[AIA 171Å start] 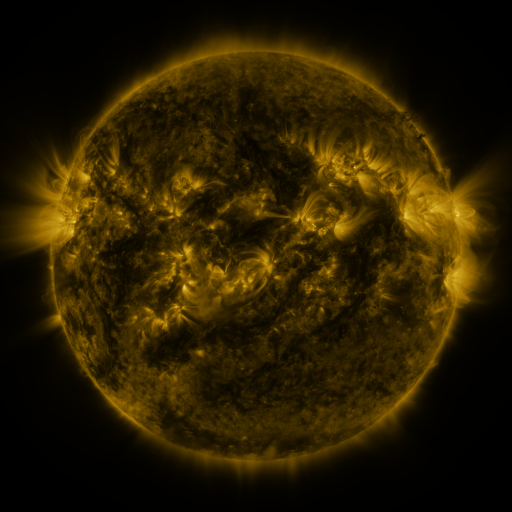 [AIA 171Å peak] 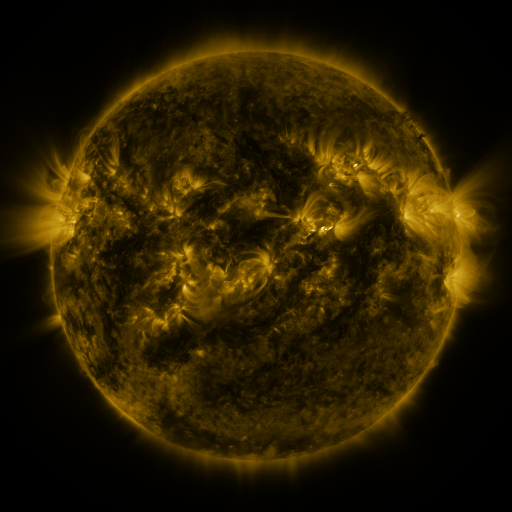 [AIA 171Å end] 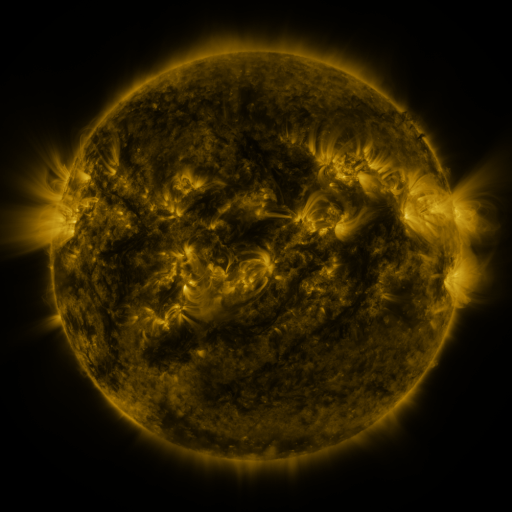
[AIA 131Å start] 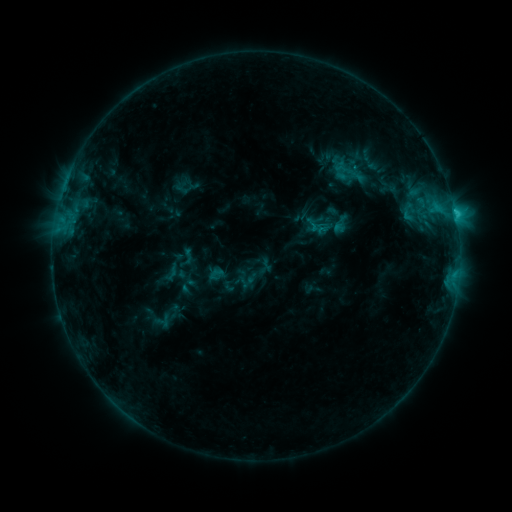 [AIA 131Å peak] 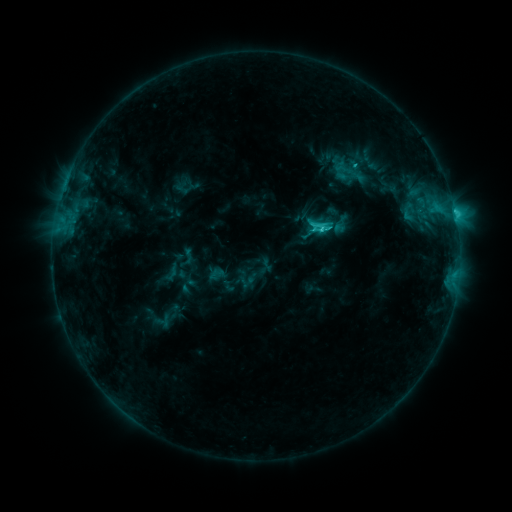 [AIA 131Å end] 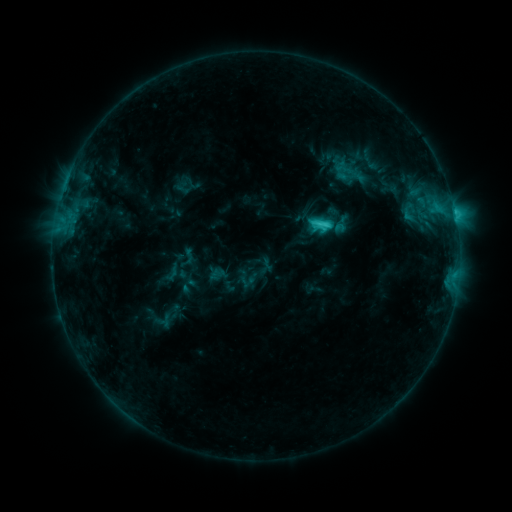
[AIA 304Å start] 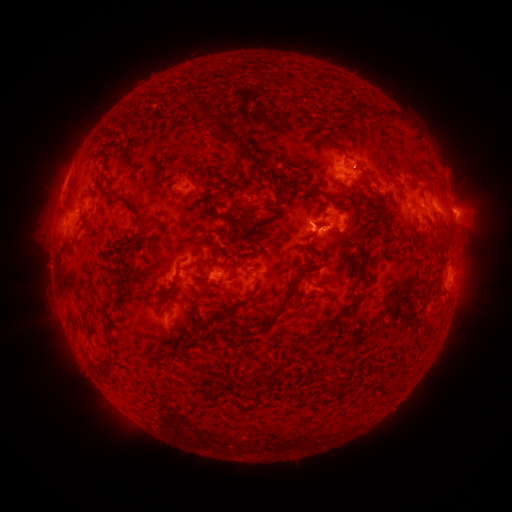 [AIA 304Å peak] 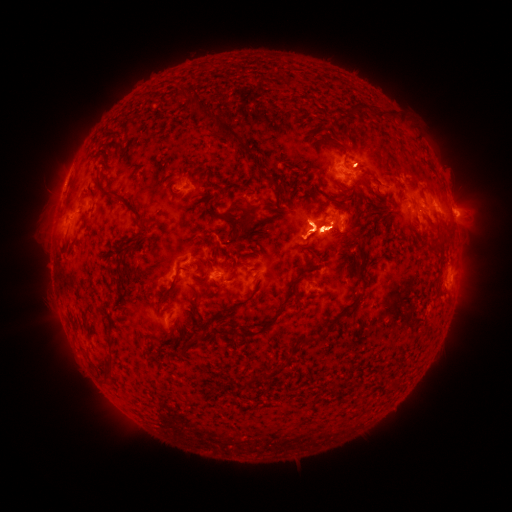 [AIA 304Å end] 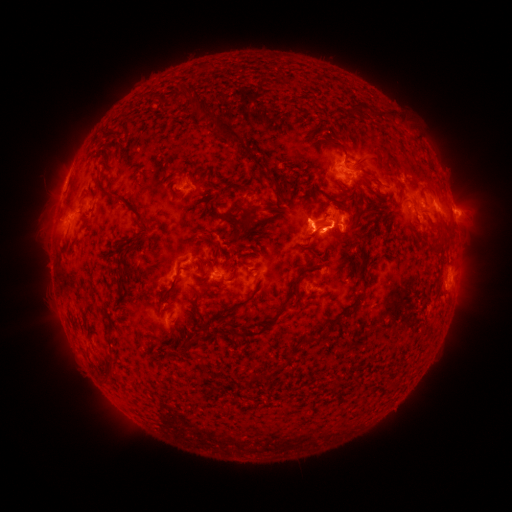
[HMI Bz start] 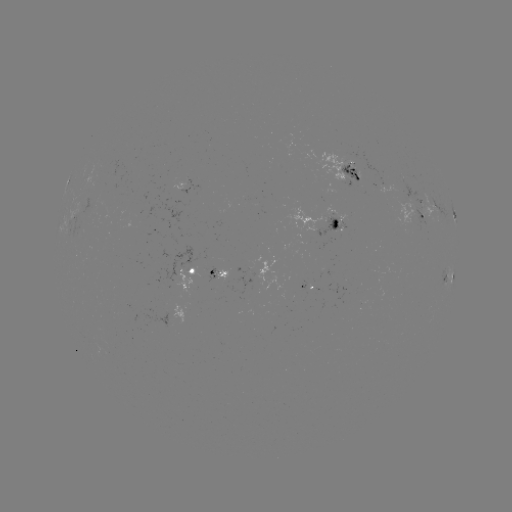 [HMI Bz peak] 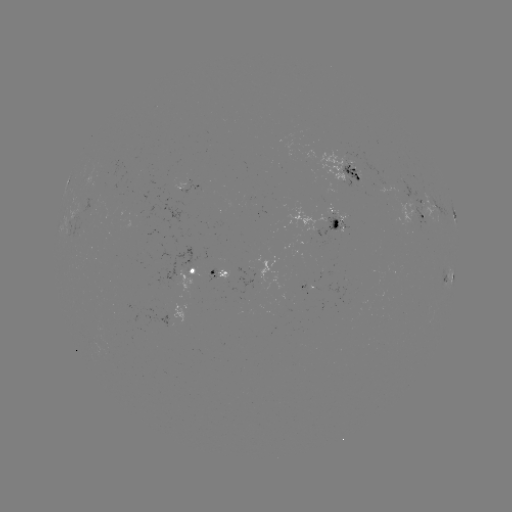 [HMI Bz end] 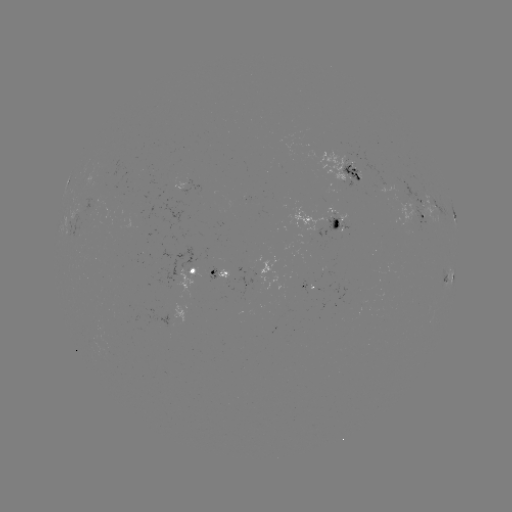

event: flare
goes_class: C5.0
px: (319, 231)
